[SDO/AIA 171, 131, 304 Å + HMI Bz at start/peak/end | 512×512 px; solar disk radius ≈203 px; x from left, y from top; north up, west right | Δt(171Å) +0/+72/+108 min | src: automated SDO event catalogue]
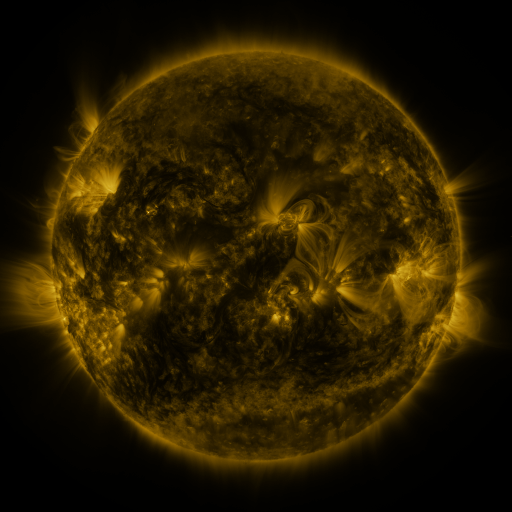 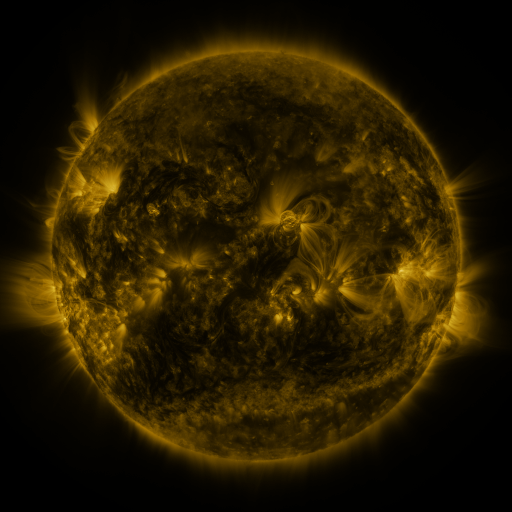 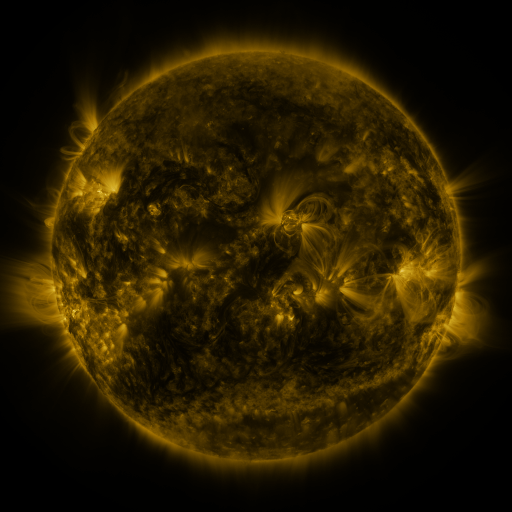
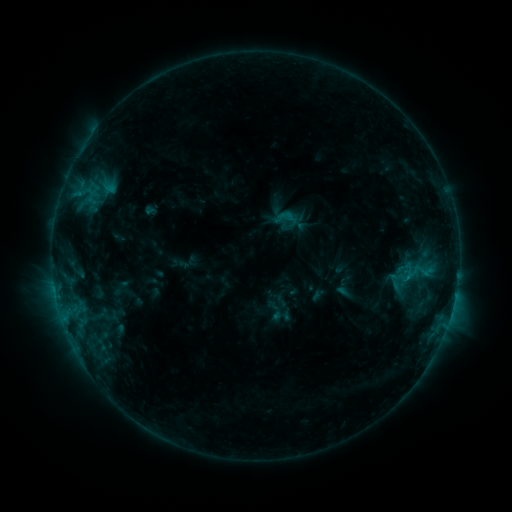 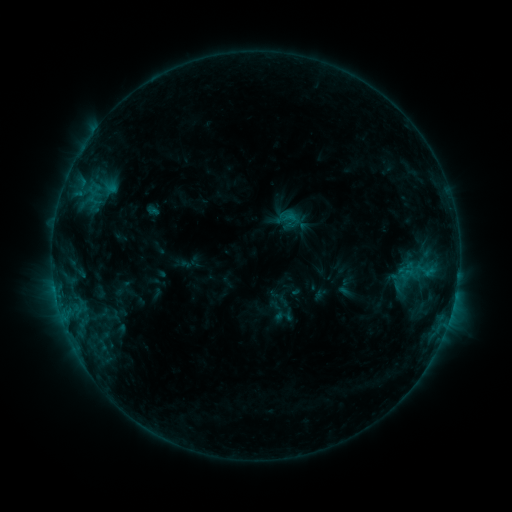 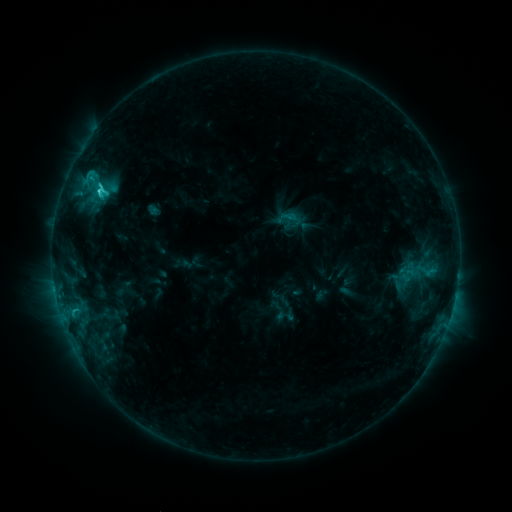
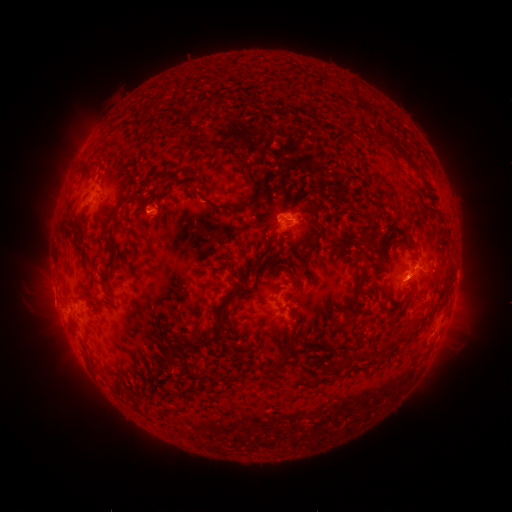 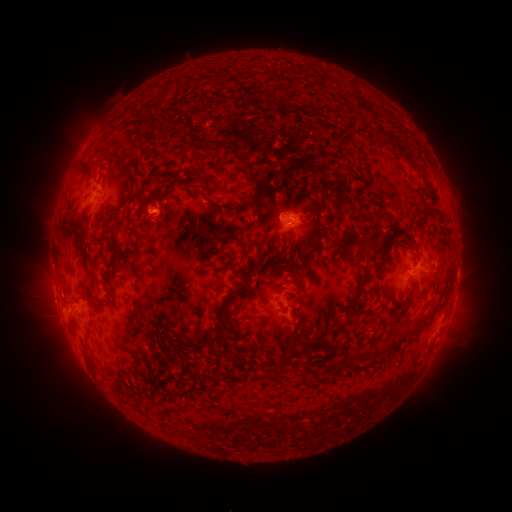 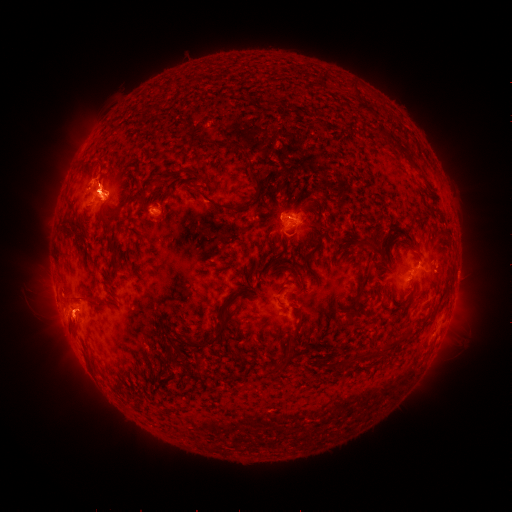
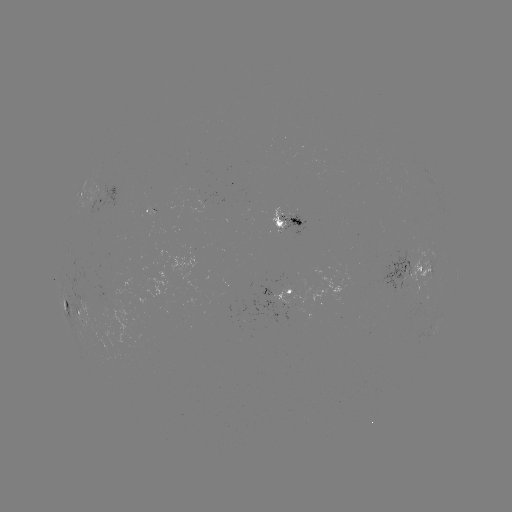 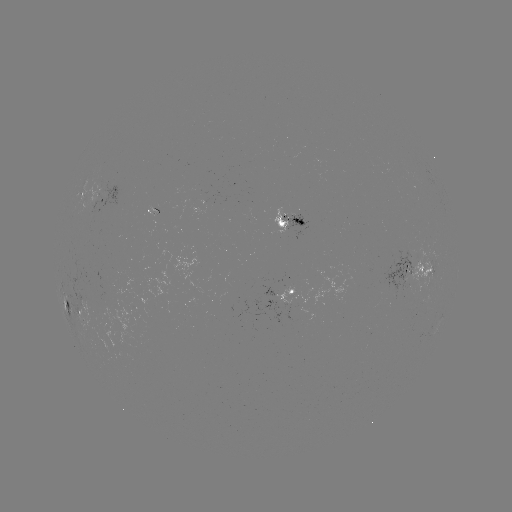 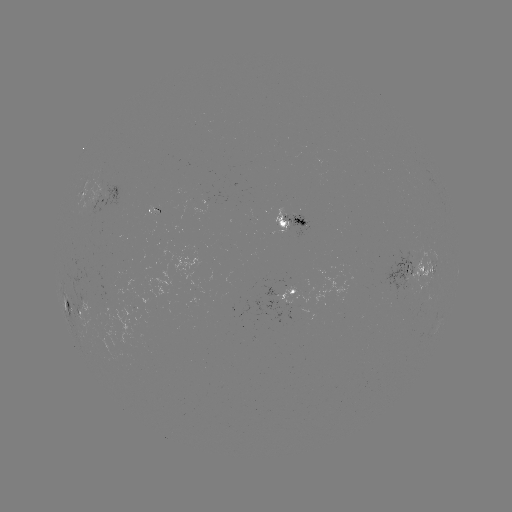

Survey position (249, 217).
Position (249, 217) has emerging-flux region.